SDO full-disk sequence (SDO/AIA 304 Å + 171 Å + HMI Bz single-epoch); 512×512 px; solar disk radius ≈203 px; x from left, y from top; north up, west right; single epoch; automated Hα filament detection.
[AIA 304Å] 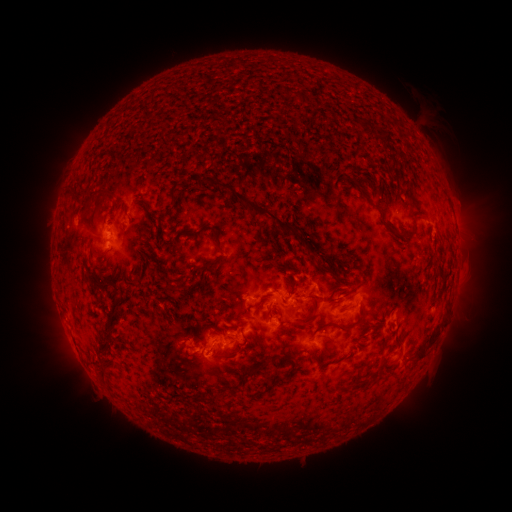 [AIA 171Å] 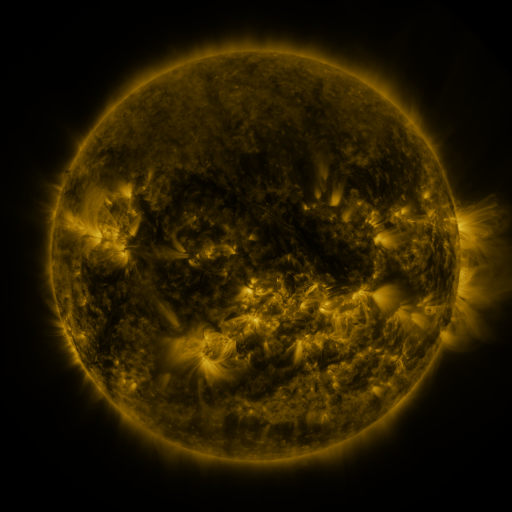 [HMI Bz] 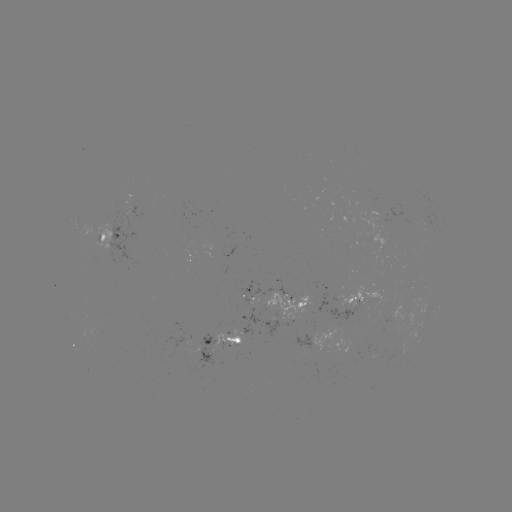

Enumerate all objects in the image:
filament: (294, 93)
filament: (361, 120)
filament: (362, 189)
filament: (171, 193)
filament: (87, 194)
filament: (254, 208)
filament: (421, 214)
filament: (401, 233)
filament: (218, 243)
filament: (98, 257)
filament: (206, 265)
filament: (98, 286)
filament: (270, 313)
filament: (312, 315)
filament: (114, 320)
filament: (359, 321)
filament: (429, 344)
filament: (385, 359)
filament: (104, 373)
filament: (288, 374)
filament: (202, 400)
